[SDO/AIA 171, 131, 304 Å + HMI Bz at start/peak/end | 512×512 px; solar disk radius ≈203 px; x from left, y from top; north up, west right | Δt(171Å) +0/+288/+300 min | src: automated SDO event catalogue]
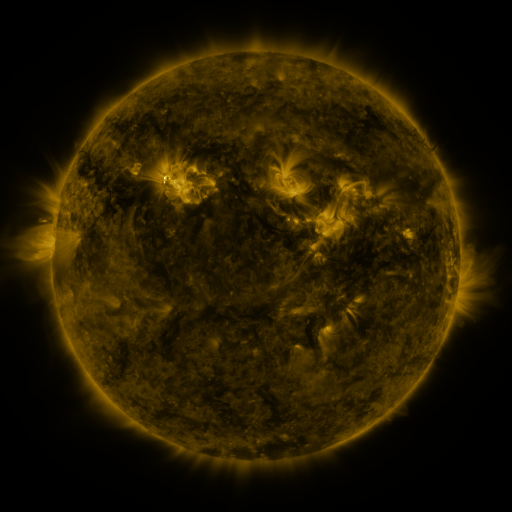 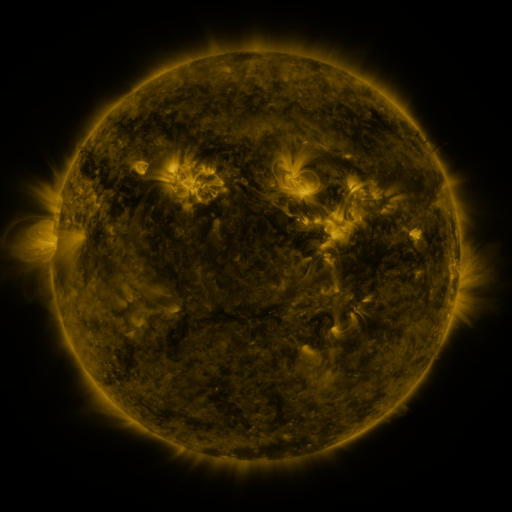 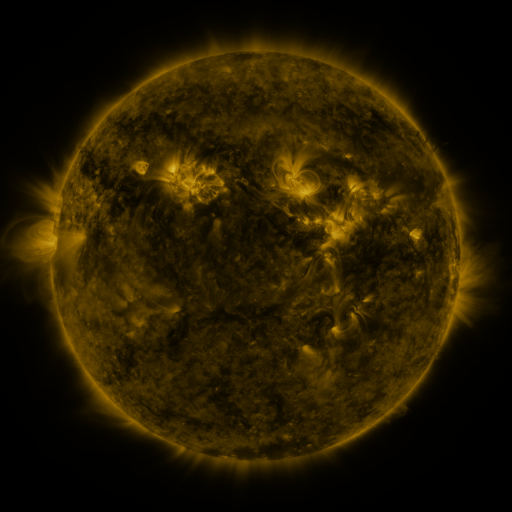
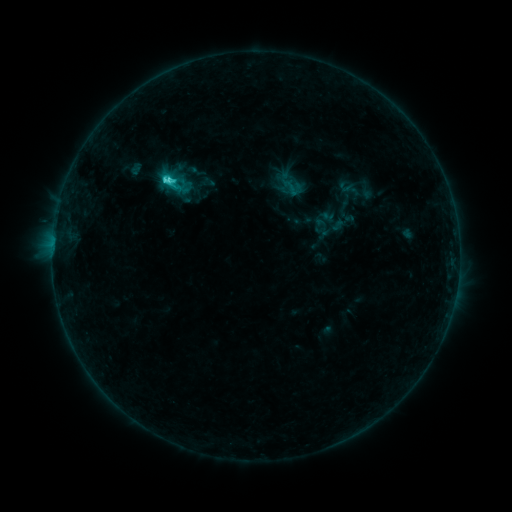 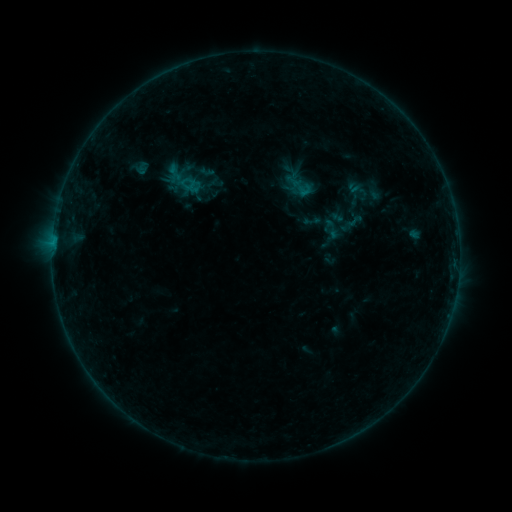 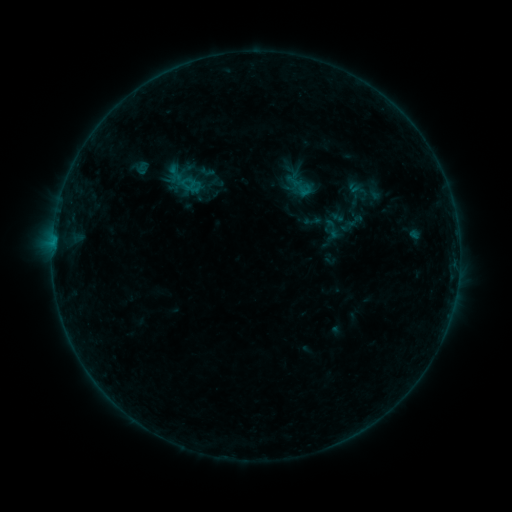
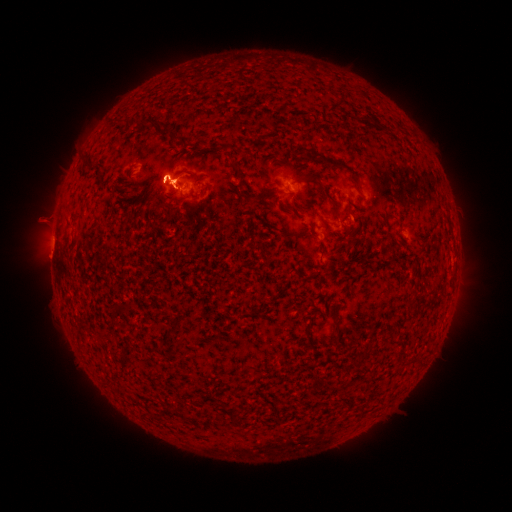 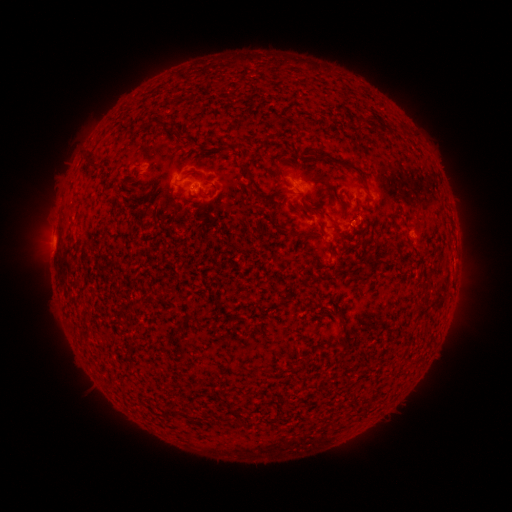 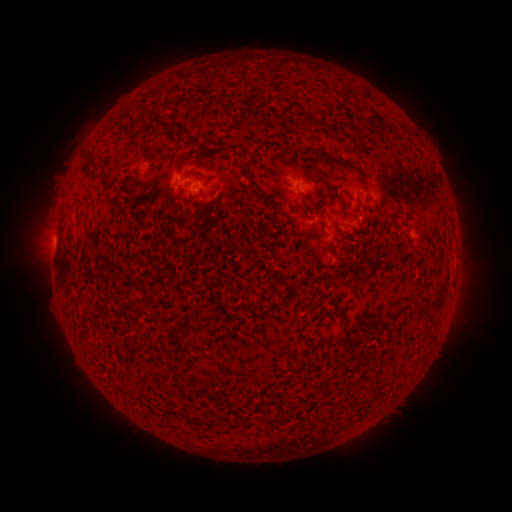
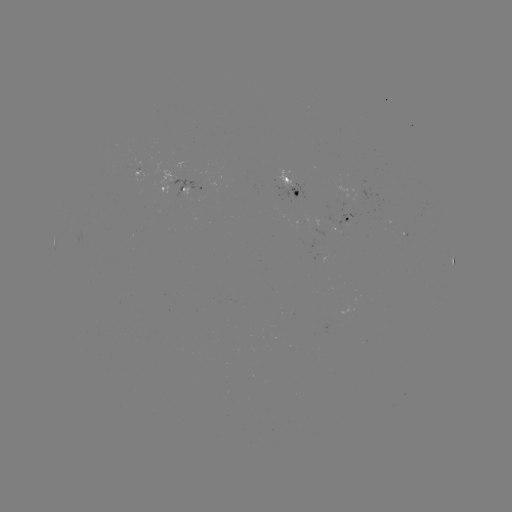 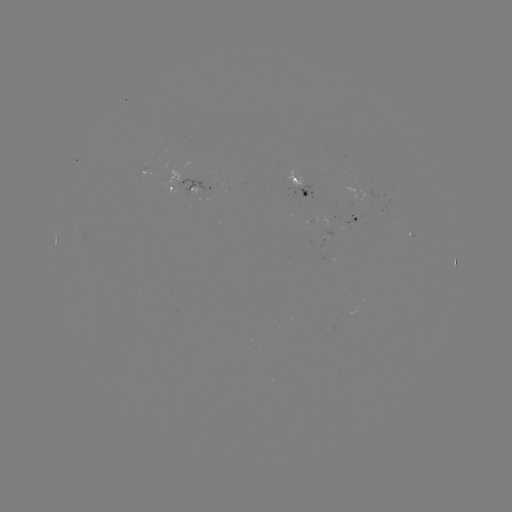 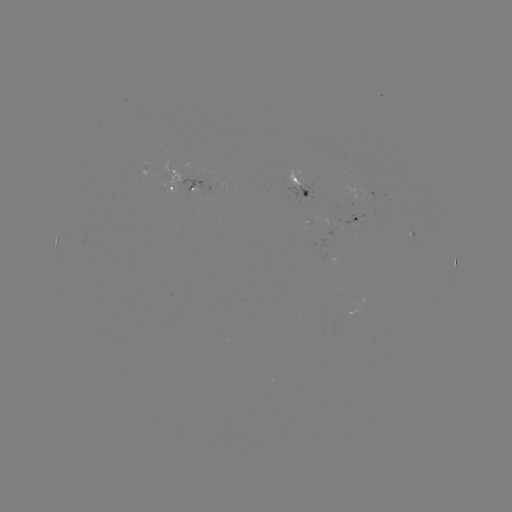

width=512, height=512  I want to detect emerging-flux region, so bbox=[342, 214, 358, 225].